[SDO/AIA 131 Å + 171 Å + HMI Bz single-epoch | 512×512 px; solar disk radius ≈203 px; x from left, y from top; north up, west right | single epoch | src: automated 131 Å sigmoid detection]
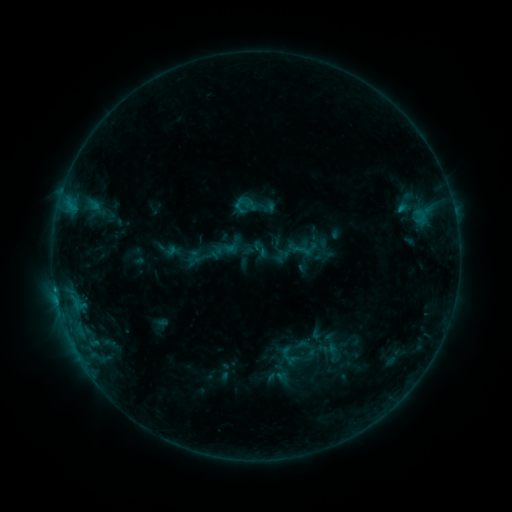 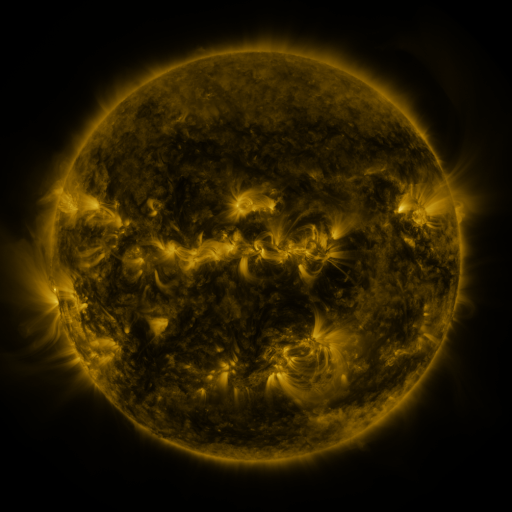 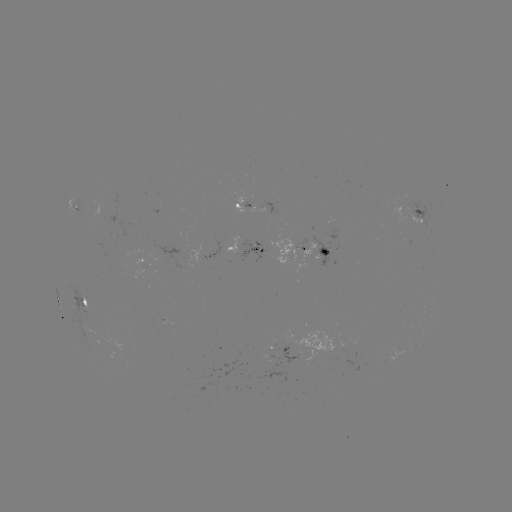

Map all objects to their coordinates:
sigmoid: (202, 258)
